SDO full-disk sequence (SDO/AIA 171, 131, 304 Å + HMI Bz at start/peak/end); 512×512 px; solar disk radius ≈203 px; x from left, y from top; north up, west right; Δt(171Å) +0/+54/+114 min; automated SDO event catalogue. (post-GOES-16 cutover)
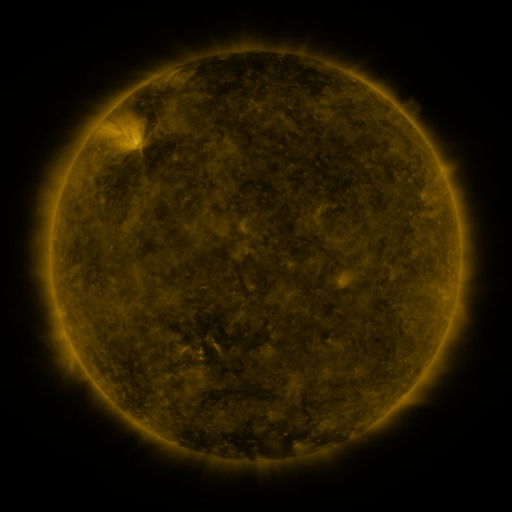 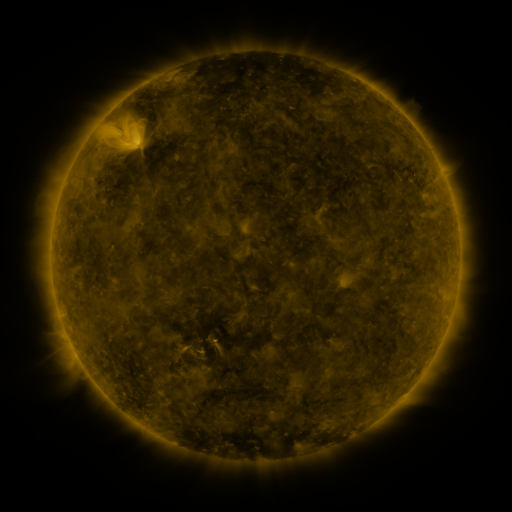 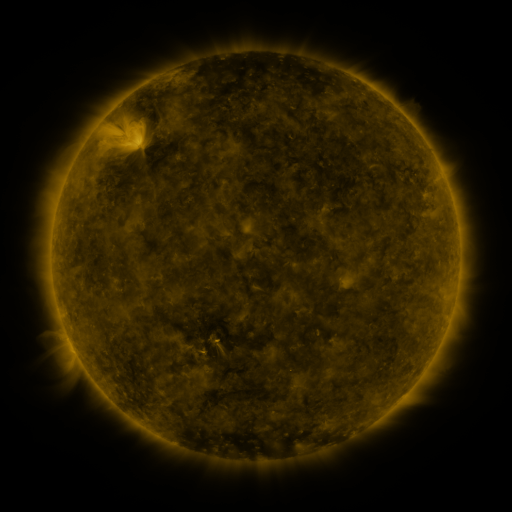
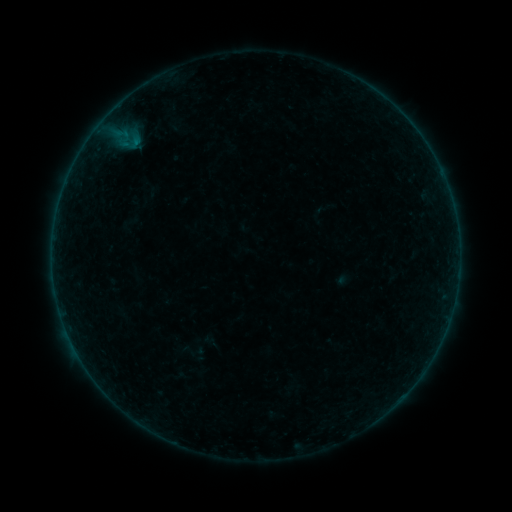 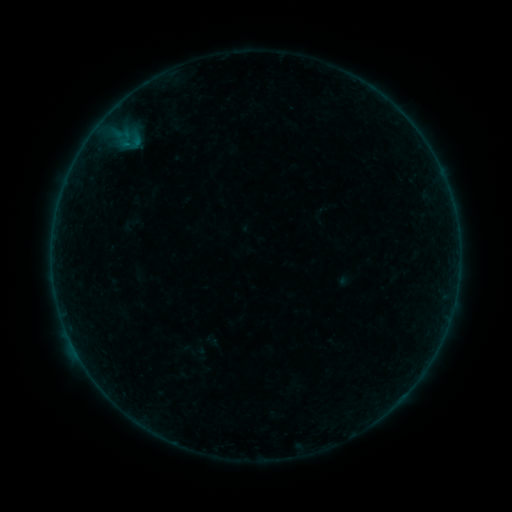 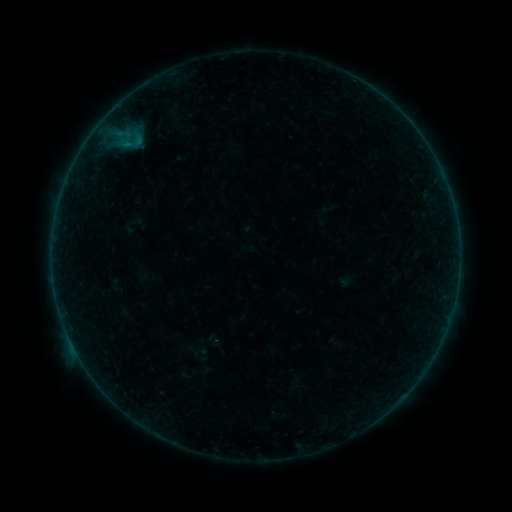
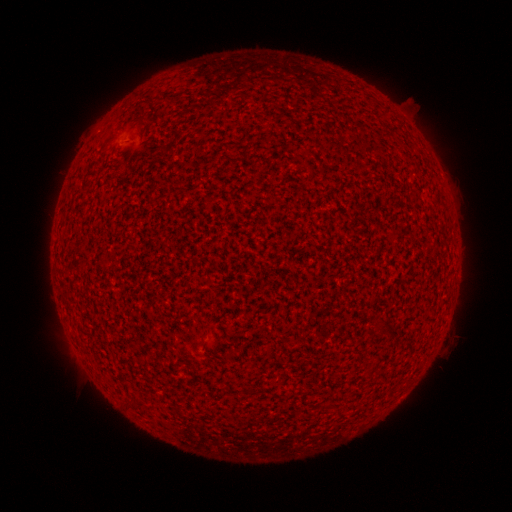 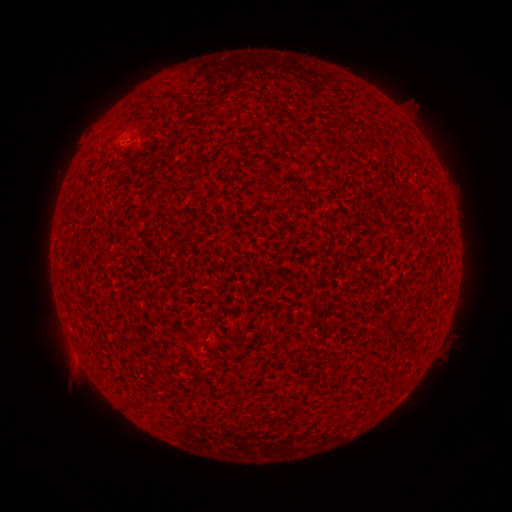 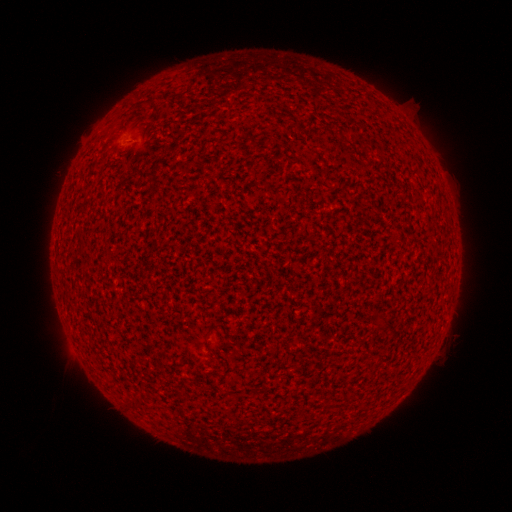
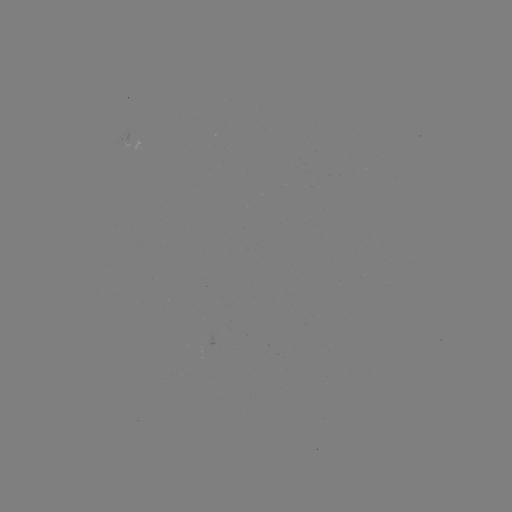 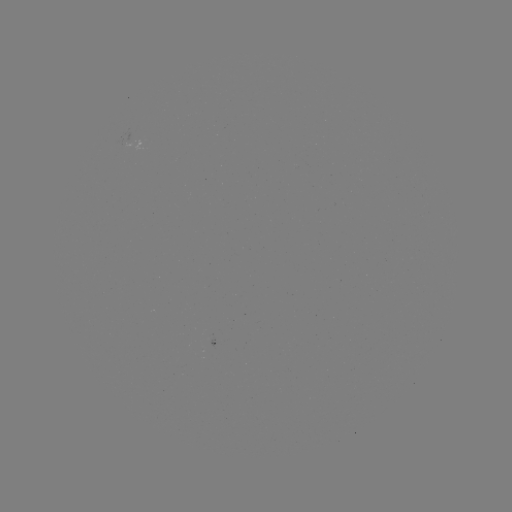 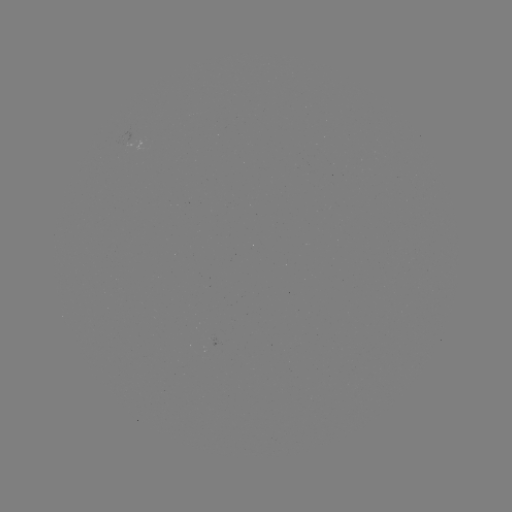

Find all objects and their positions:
B1.7 flare: (74, 348)
